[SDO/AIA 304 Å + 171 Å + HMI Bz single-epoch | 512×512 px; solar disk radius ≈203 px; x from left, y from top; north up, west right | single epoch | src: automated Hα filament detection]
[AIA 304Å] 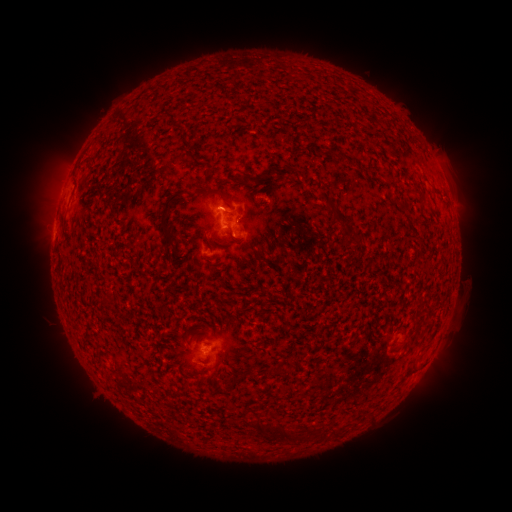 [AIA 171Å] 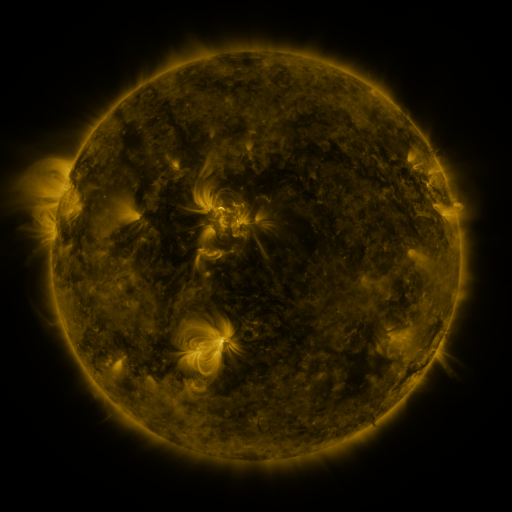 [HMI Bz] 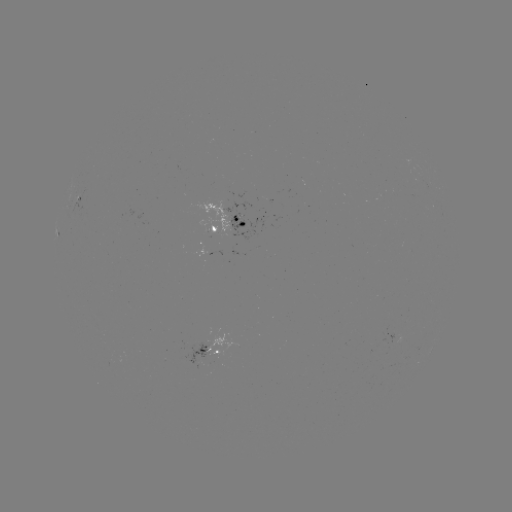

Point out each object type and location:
filament: [266, 165, 292, 176]
filament: [216, 179, 227, 187]
filament: [160, 192, 182, 241]
filament: [332, 212, 349, 225]
filament: [207, 232, 218, 247]
filament: [343, 234, 363, 248]
filament: [252, 415, 261, 433]
